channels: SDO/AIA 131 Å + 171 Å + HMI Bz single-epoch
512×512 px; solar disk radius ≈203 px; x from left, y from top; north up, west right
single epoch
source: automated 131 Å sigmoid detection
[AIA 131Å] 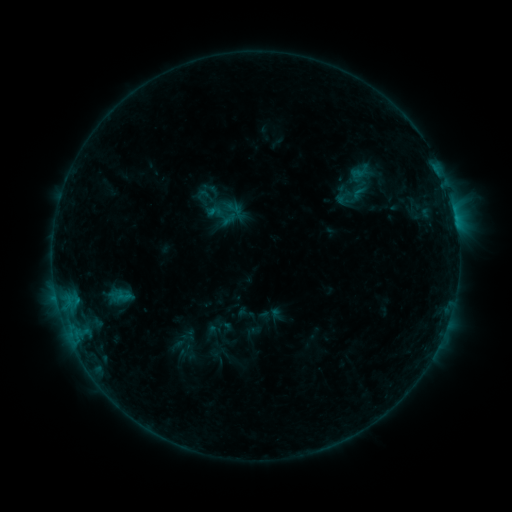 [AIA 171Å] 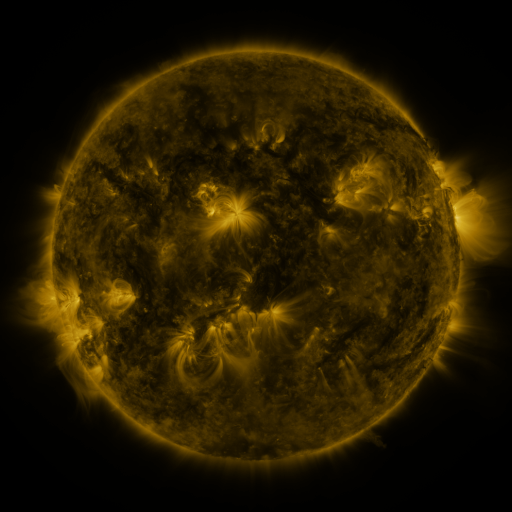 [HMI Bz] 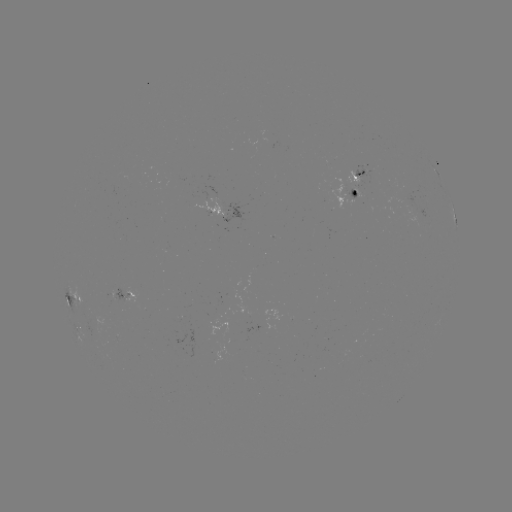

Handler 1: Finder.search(sigmoid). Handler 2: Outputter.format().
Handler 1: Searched sigmoid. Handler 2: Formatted (215, 212).